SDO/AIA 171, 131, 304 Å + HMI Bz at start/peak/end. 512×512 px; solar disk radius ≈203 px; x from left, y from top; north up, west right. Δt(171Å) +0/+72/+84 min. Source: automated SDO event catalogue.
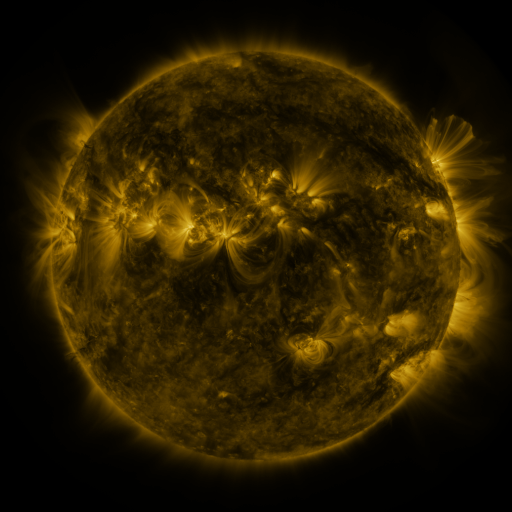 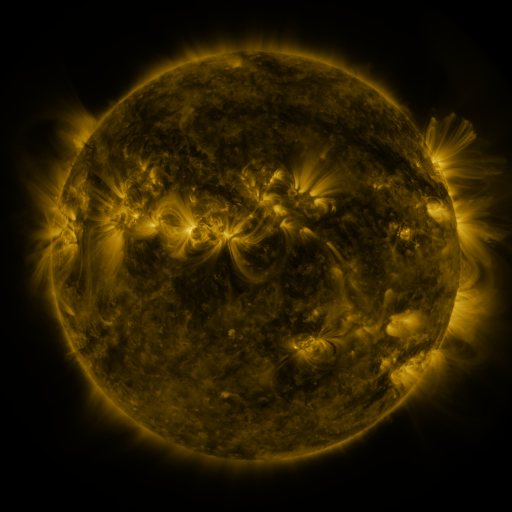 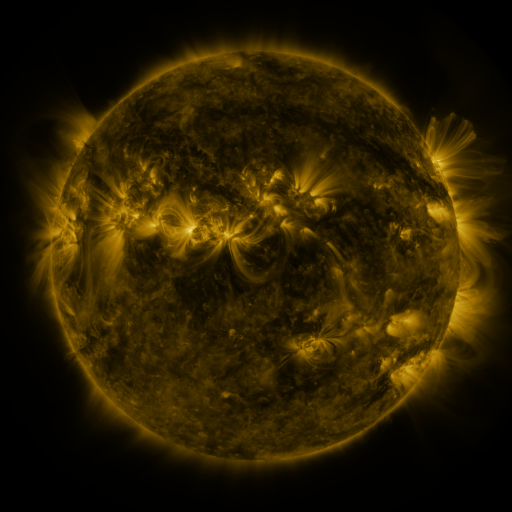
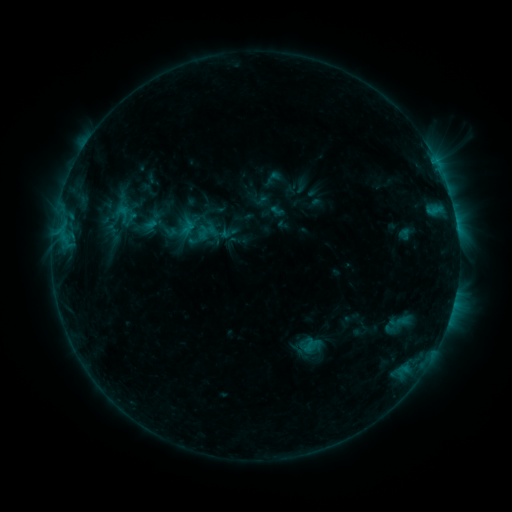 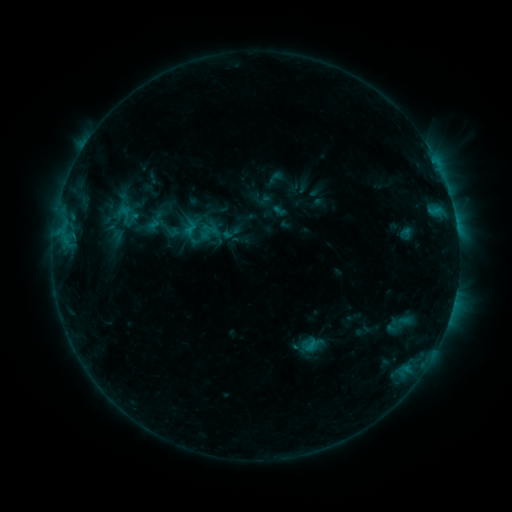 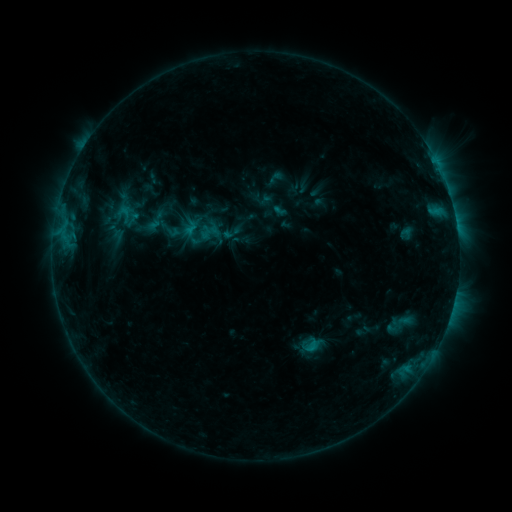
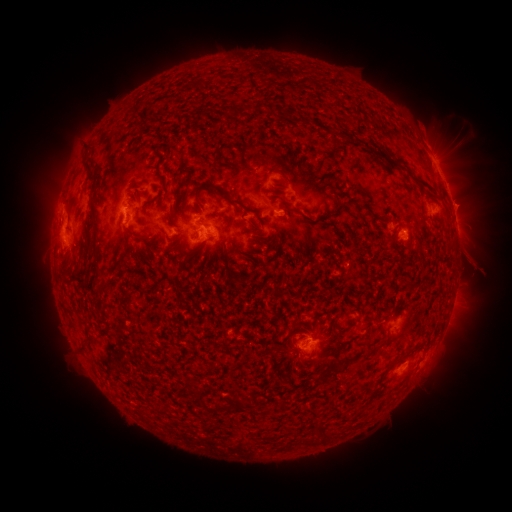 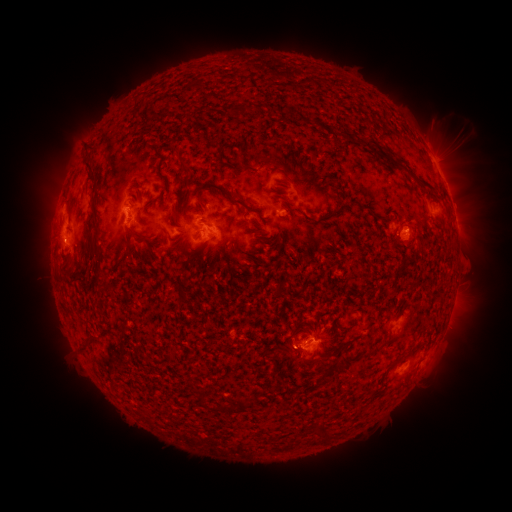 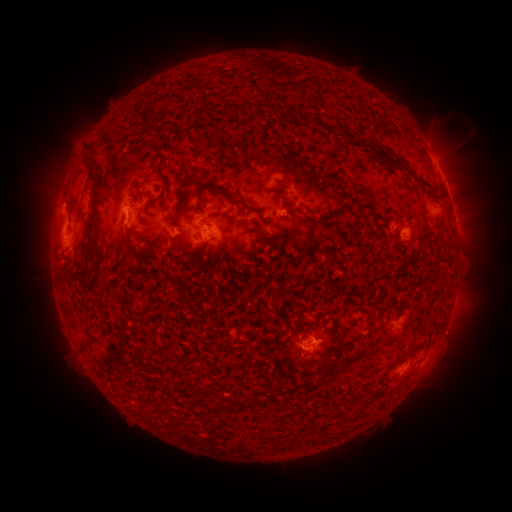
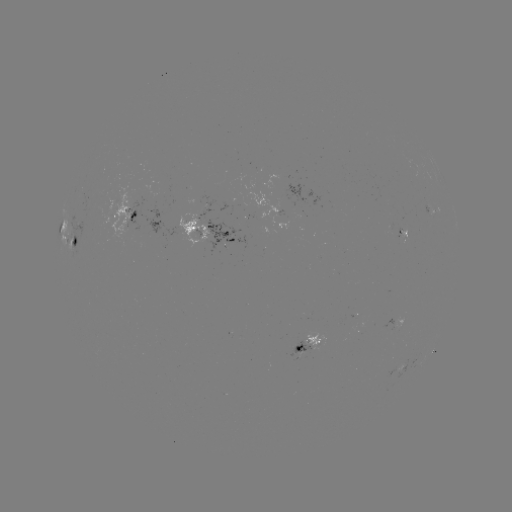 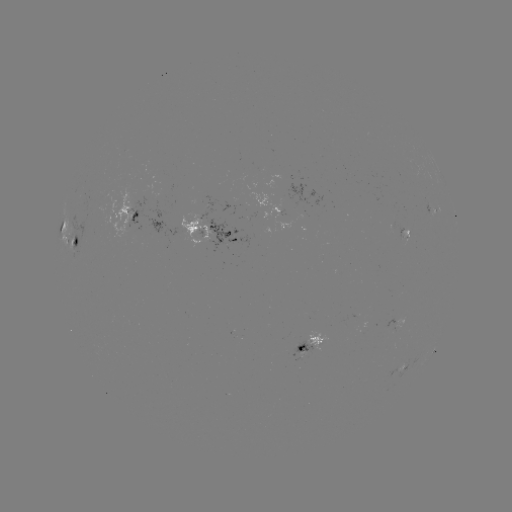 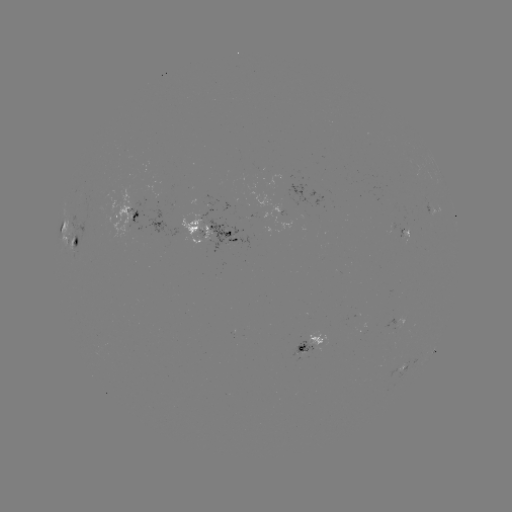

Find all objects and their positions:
emerging-flux region: (95, 207)
